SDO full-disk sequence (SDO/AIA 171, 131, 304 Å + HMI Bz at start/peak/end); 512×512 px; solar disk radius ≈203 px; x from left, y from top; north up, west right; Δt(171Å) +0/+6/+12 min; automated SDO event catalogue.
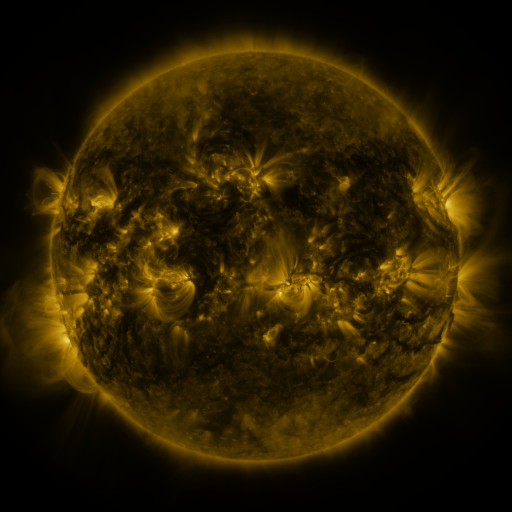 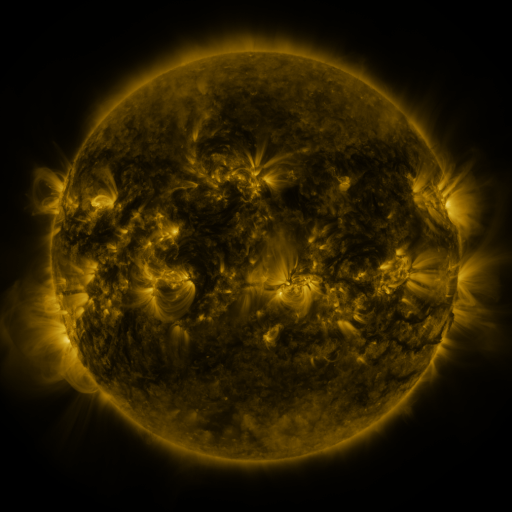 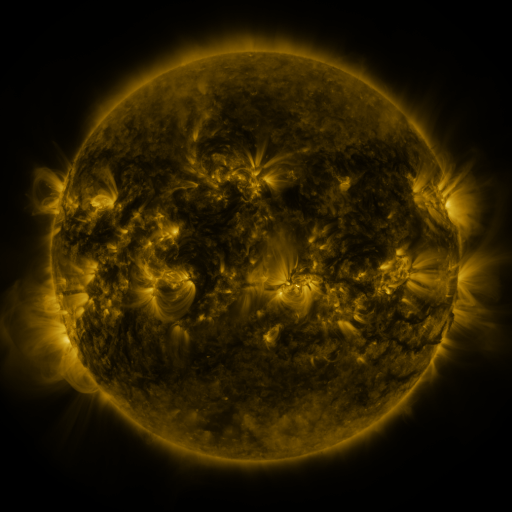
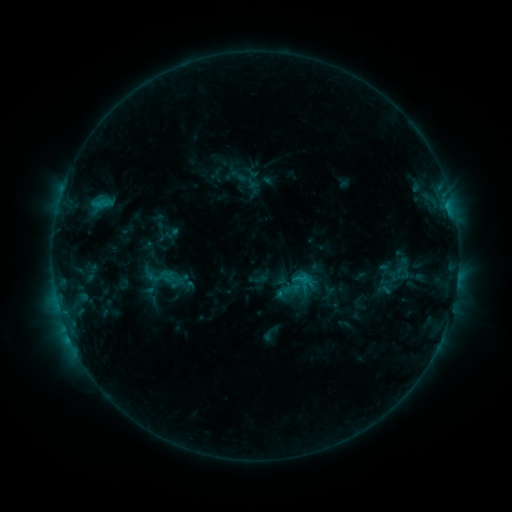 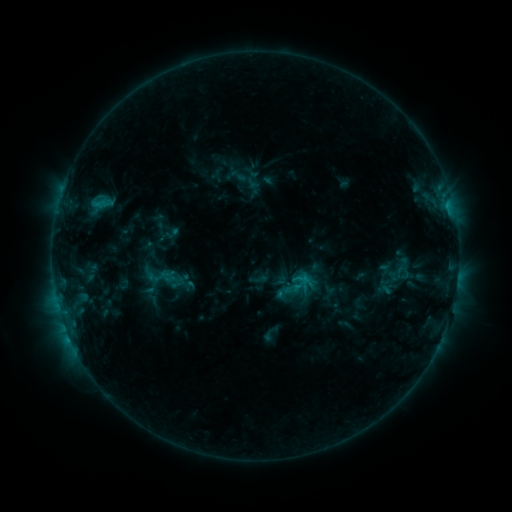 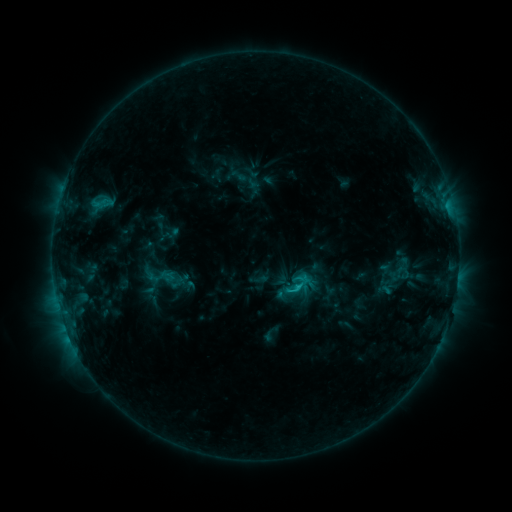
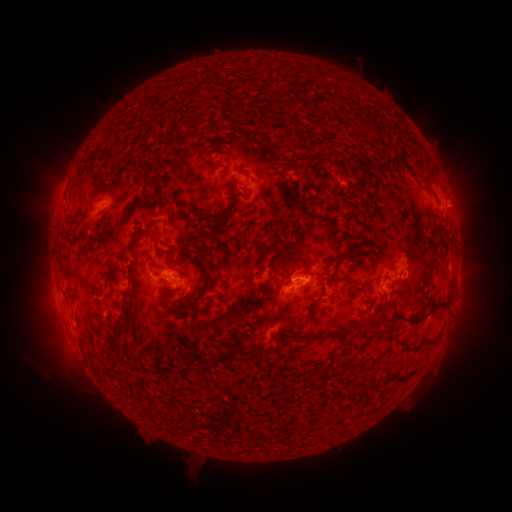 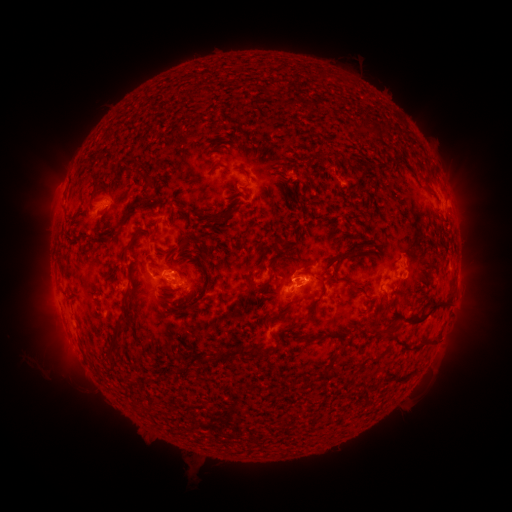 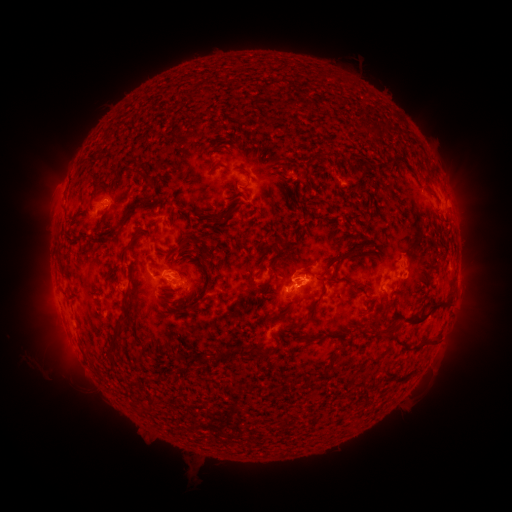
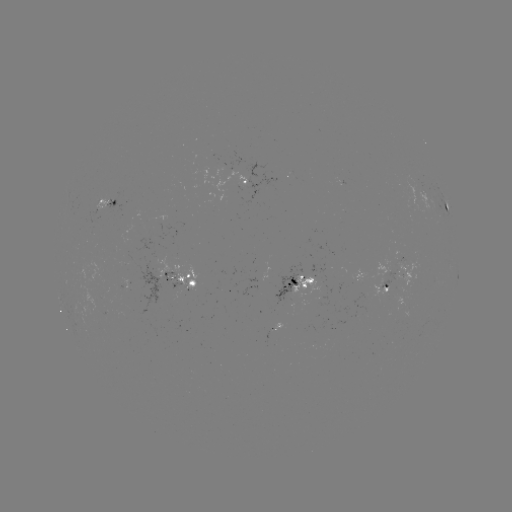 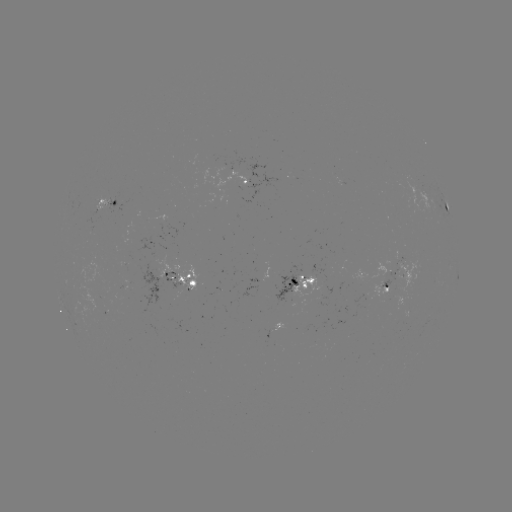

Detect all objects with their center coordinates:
C1.5 flare: (296, 285)
